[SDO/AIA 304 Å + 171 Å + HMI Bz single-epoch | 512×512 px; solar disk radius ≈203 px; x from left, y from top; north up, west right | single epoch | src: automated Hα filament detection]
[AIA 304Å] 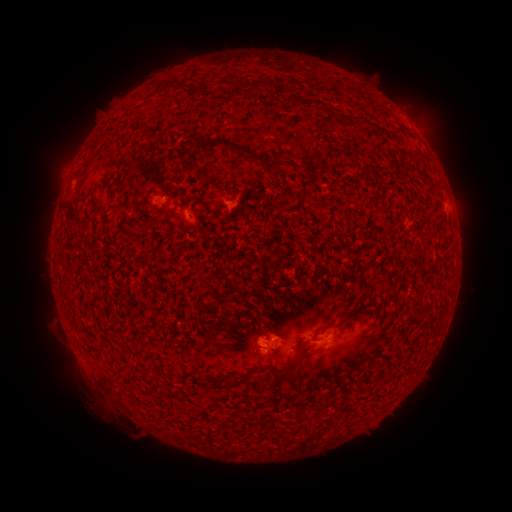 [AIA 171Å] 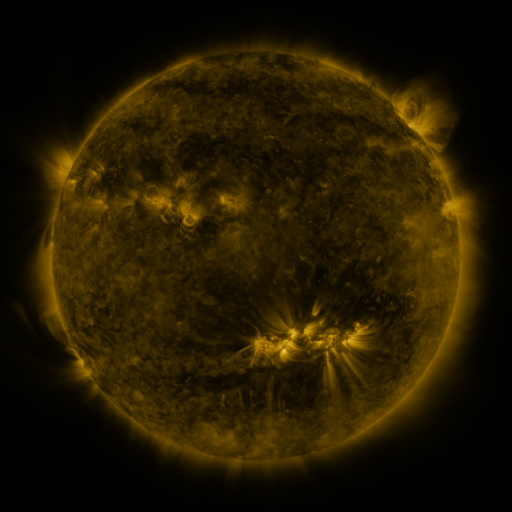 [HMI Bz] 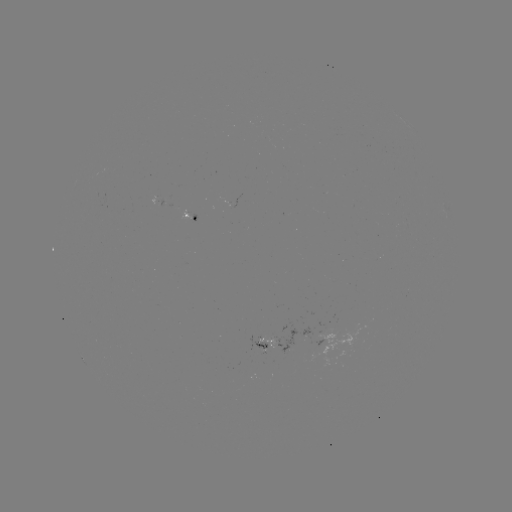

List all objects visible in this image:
filament: (254, 82, 263, 92)
filament: (398, 128, 409, 136)
filament: (196, 136, 266, 164)
filament: (273, 160, 286, 174)
filament: (75, 169, 85, 177)
filament: (298, 349, 311, 361)
filament: (262, 367, 296, 384)
